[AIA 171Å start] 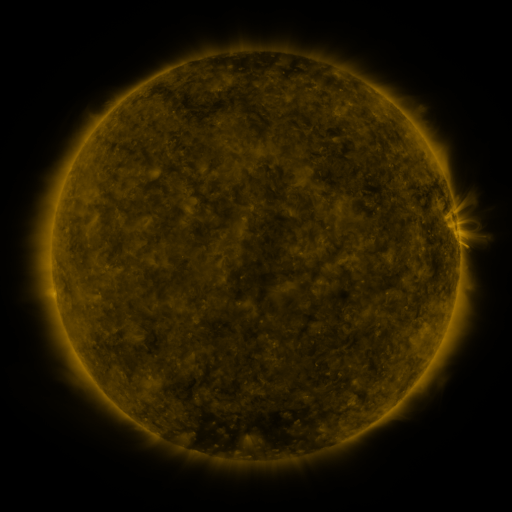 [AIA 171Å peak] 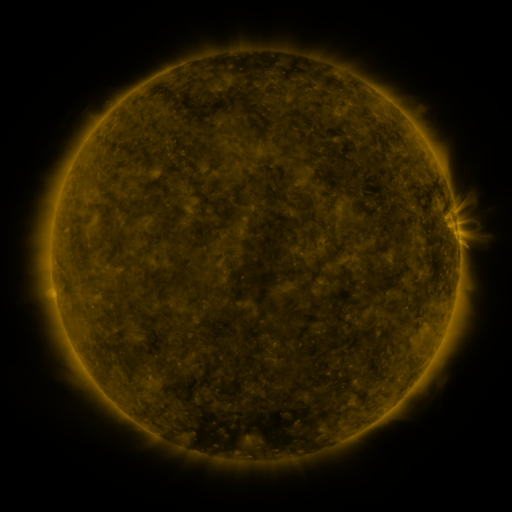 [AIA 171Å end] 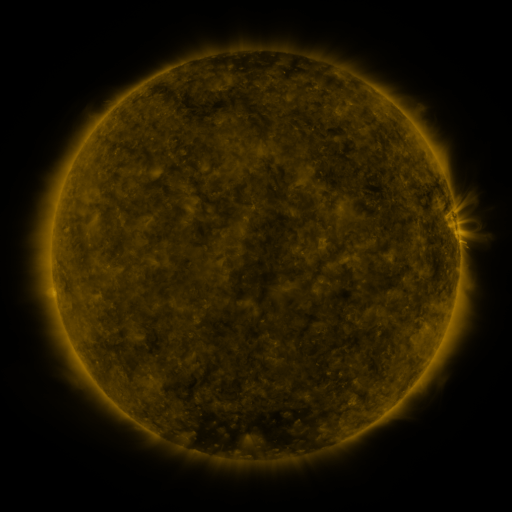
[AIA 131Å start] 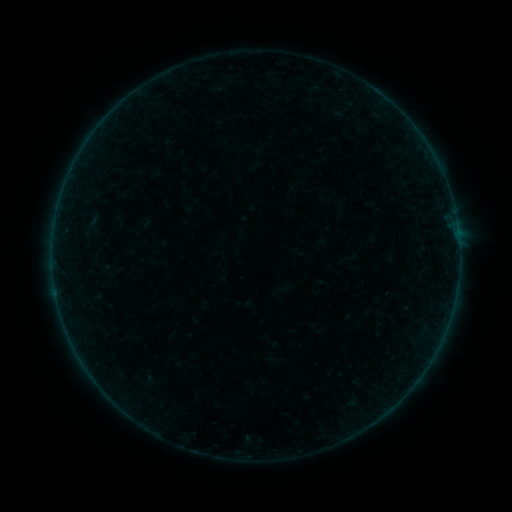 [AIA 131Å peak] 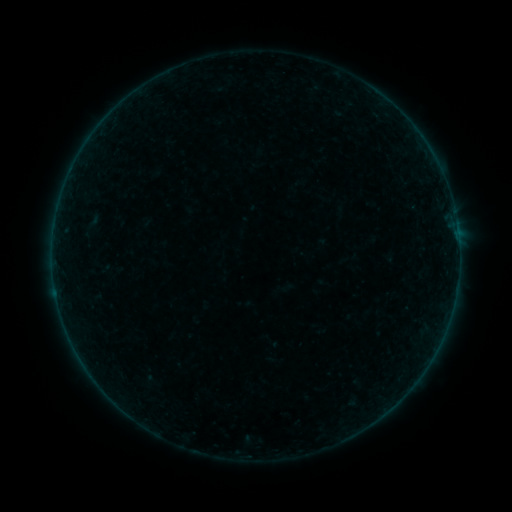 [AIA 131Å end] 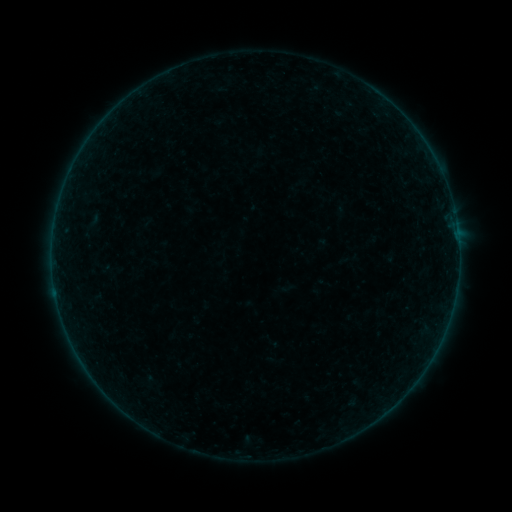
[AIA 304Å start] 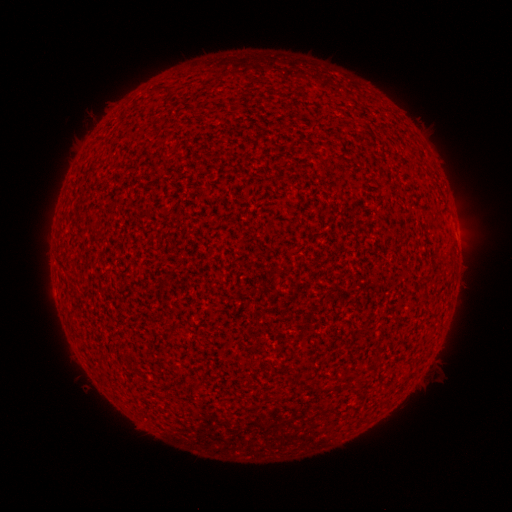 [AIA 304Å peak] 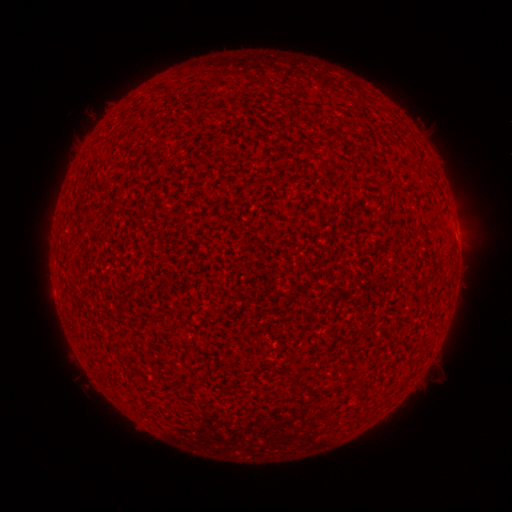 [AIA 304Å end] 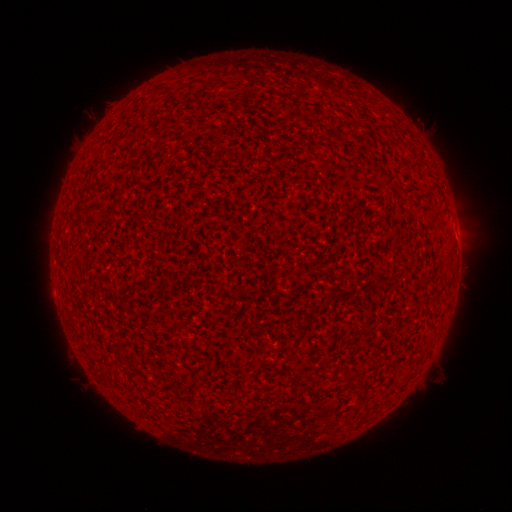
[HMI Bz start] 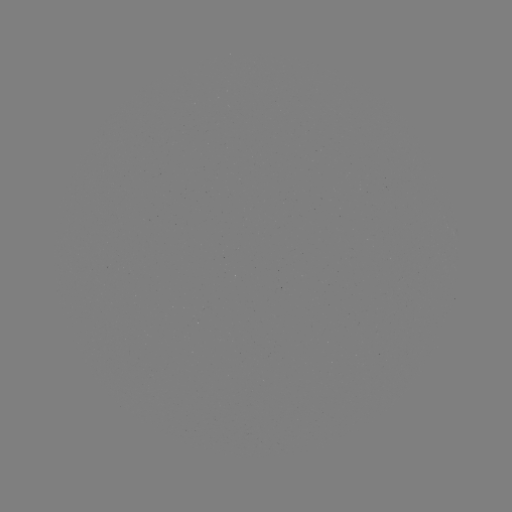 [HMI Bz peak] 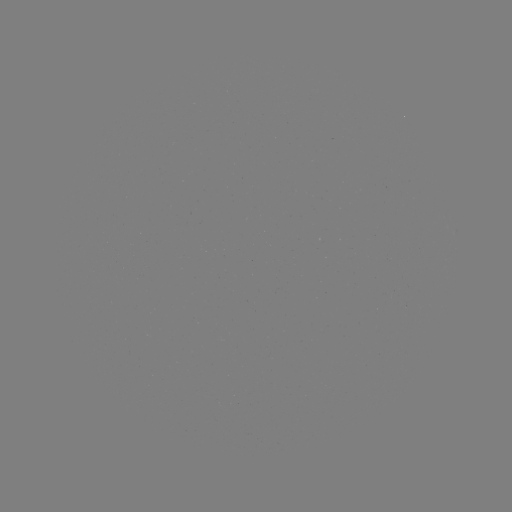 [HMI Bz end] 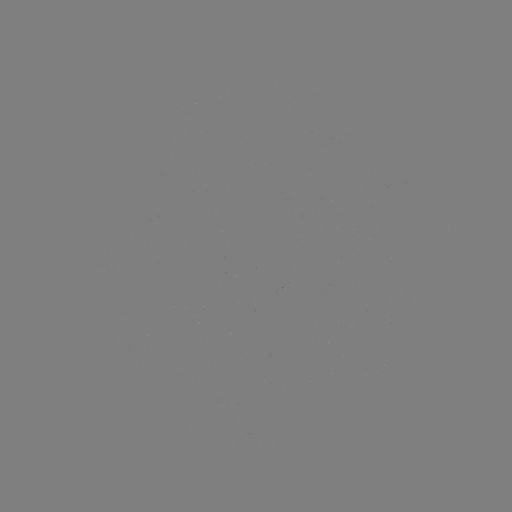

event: flare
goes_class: A1.3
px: (458, 237)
